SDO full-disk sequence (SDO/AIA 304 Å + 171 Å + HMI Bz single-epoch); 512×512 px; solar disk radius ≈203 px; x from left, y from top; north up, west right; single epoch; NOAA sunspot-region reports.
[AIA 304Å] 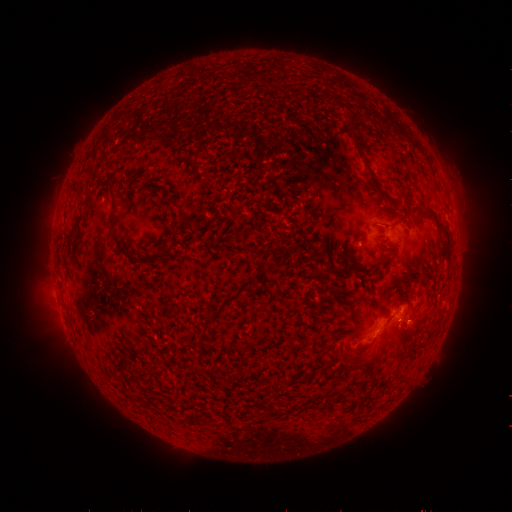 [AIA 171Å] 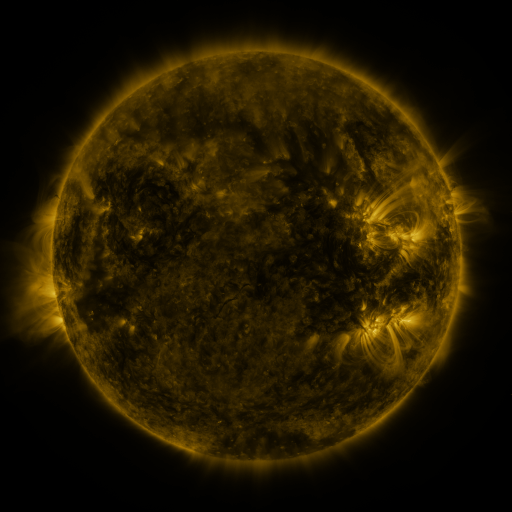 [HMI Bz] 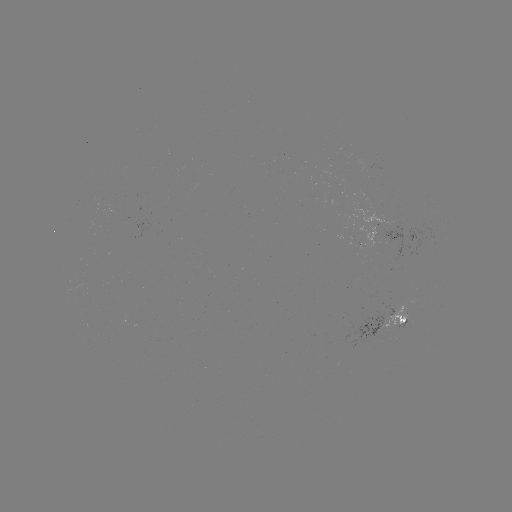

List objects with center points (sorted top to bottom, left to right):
spotted active region: (397, 234)
spotted active region: (395, 322)
